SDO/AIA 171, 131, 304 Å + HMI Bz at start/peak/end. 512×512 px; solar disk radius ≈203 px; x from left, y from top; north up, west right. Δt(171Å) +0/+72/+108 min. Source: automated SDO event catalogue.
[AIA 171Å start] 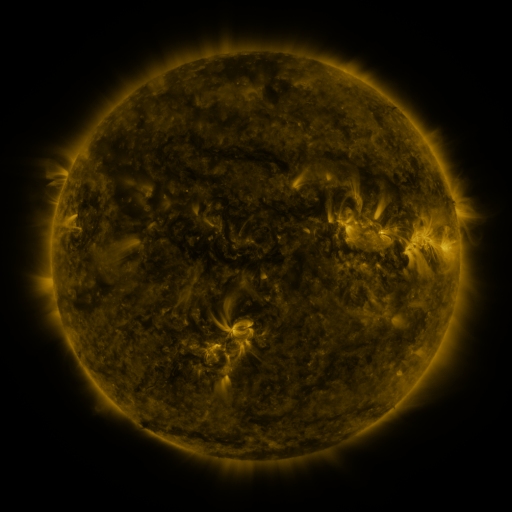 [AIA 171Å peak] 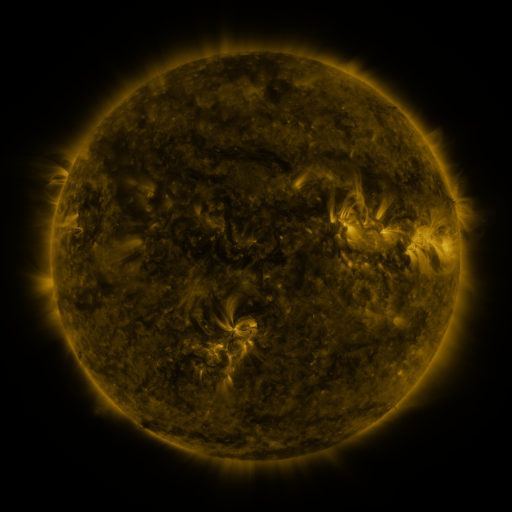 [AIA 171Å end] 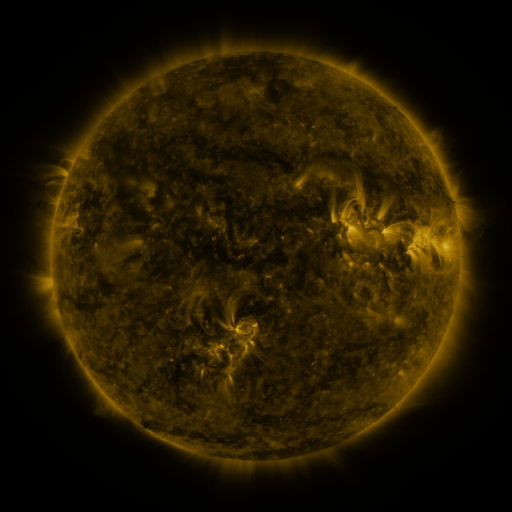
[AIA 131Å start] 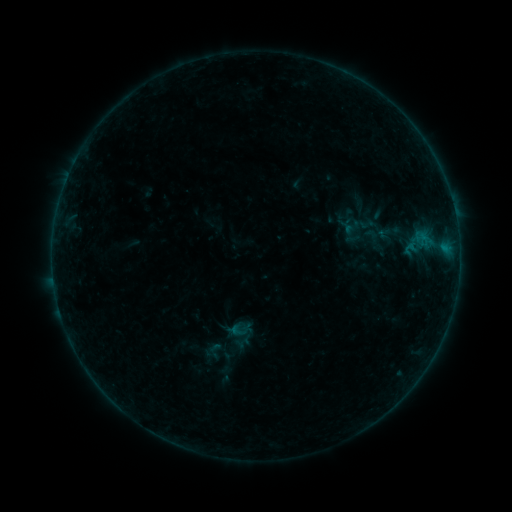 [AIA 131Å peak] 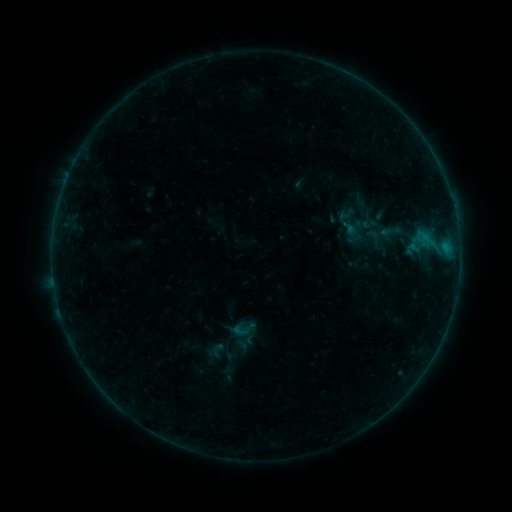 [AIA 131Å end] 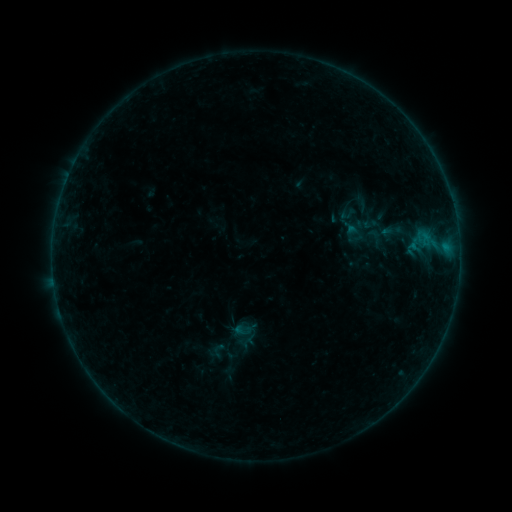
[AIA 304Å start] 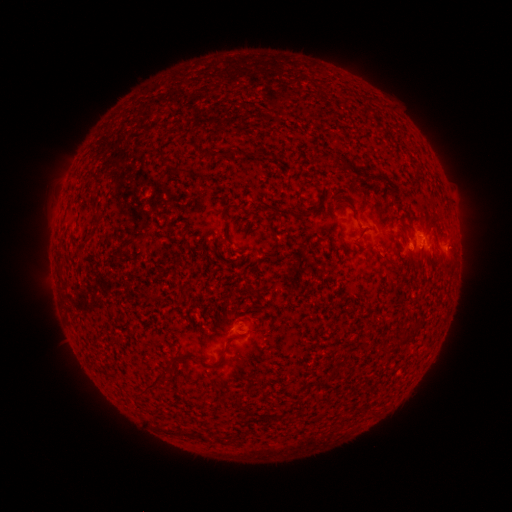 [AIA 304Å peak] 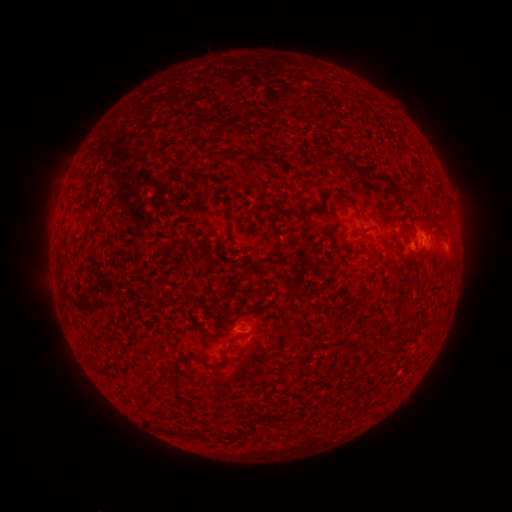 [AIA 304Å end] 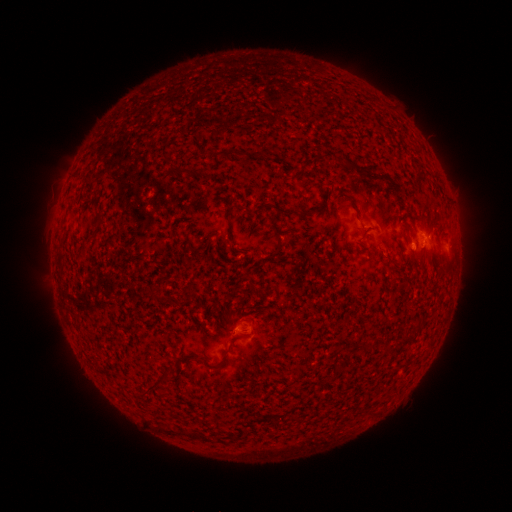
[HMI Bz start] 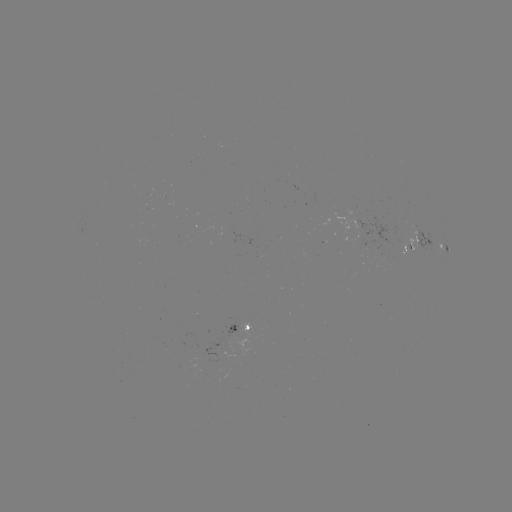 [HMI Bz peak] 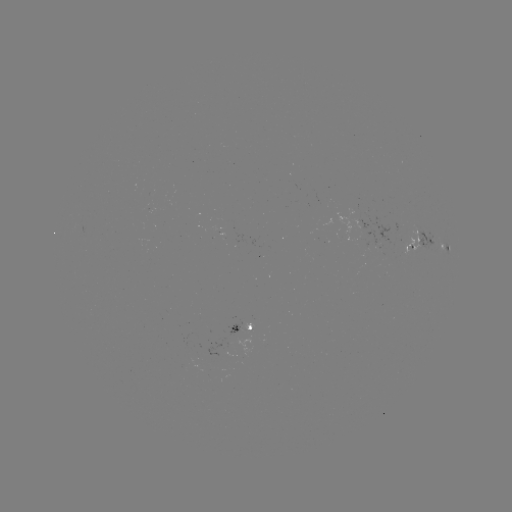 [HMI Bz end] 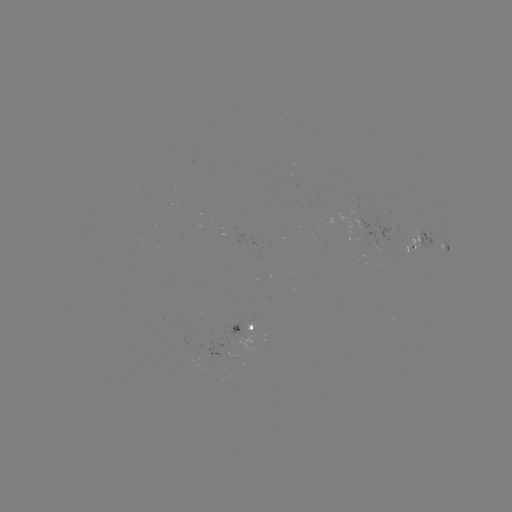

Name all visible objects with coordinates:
emerging-flux region: (237, 329)
